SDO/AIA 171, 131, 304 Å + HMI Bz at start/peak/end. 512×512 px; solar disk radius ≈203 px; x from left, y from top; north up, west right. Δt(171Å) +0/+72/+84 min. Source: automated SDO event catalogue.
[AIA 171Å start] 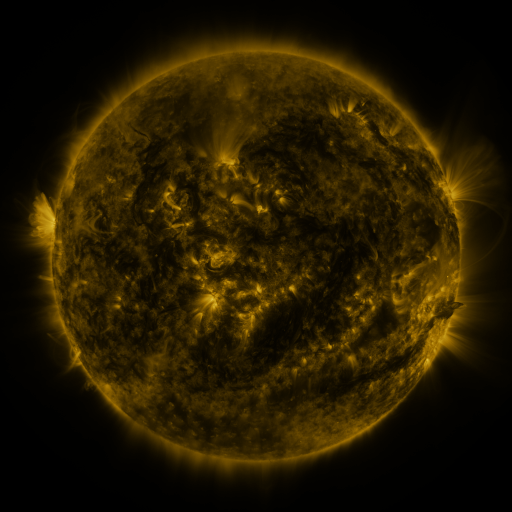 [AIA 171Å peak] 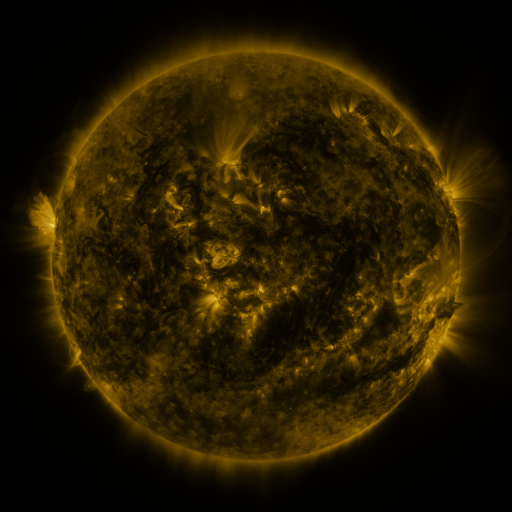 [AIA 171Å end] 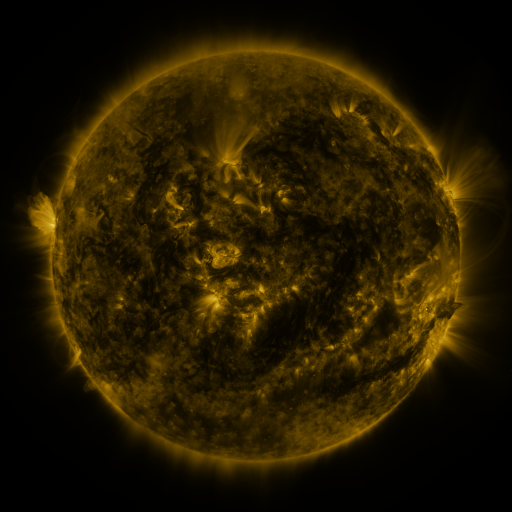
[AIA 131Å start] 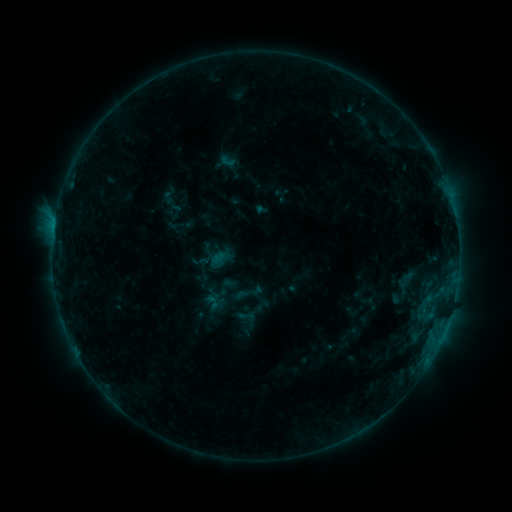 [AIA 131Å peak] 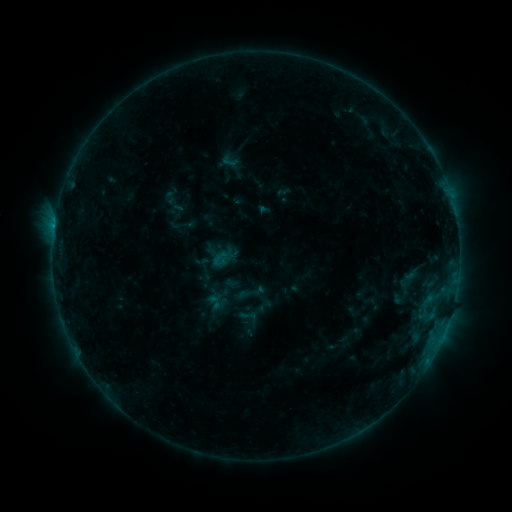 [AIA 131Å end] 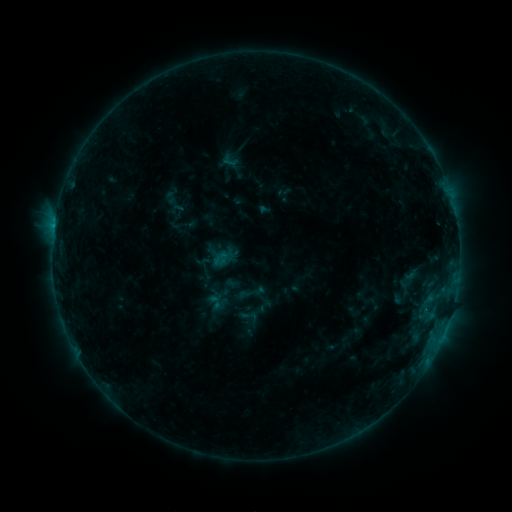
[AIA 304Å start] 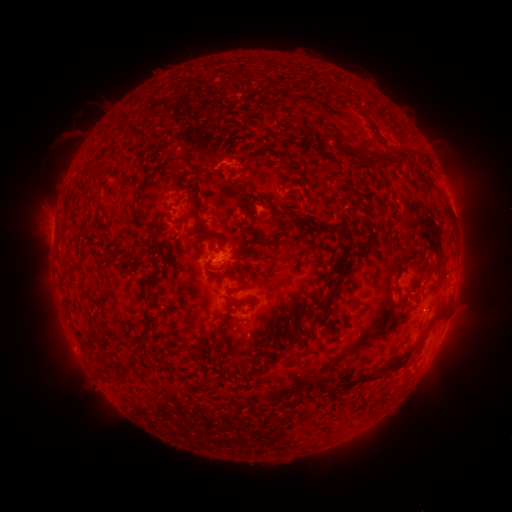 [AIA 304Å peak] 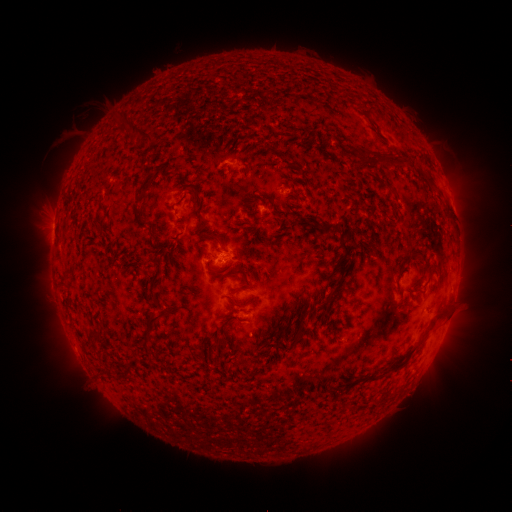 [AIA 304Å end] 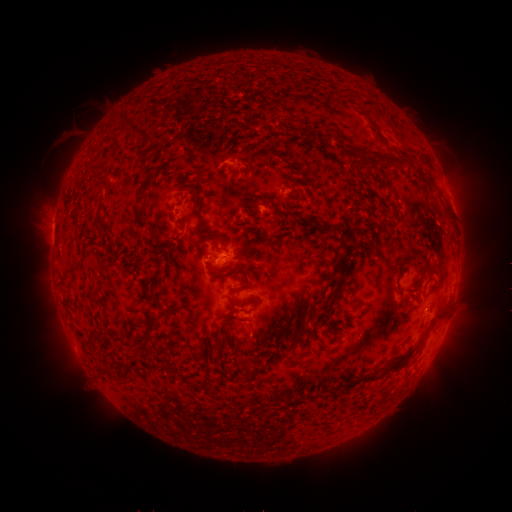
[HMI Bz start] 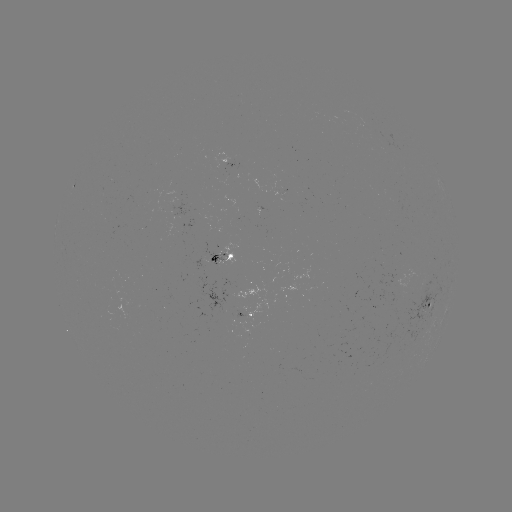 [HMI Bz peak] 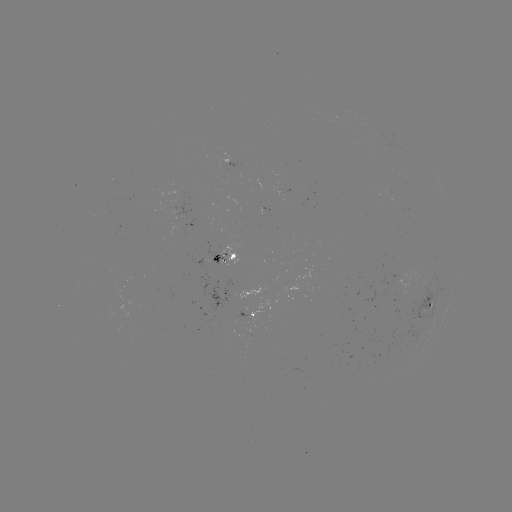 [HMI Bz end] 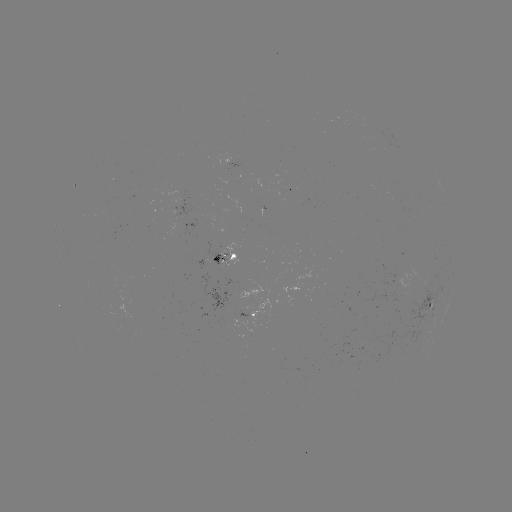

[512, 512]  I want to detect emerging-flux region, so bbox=[205, 244, 226, 266].